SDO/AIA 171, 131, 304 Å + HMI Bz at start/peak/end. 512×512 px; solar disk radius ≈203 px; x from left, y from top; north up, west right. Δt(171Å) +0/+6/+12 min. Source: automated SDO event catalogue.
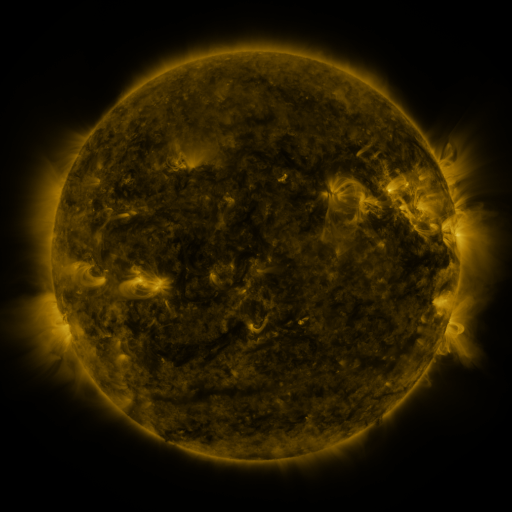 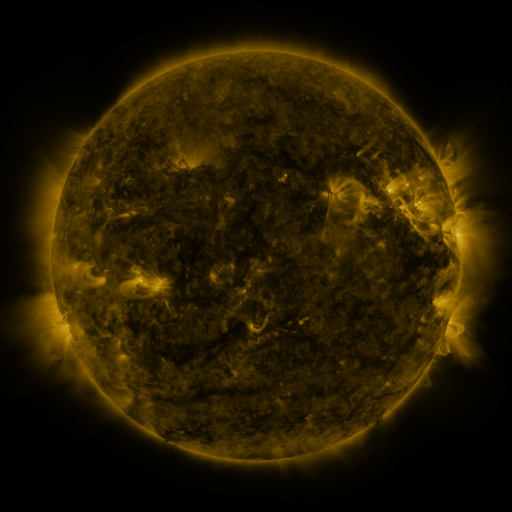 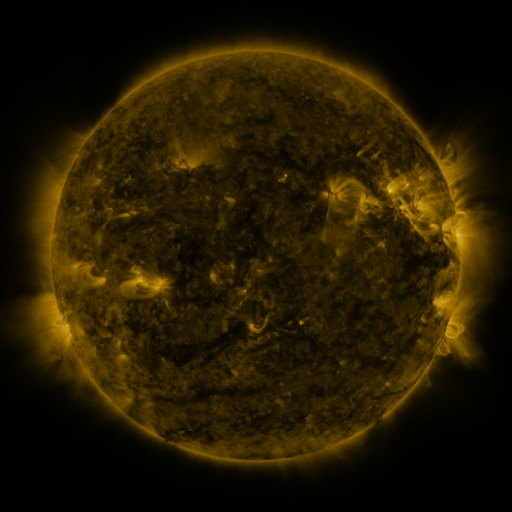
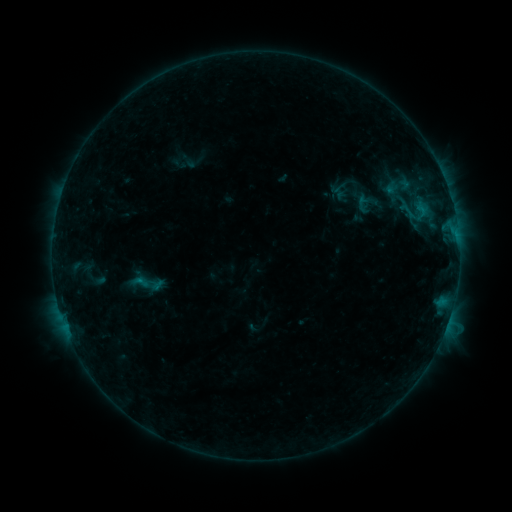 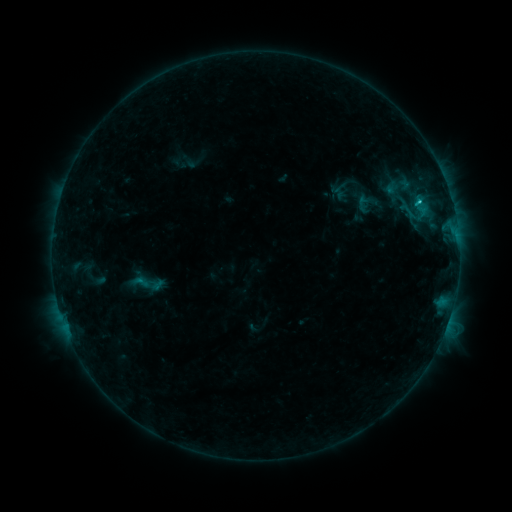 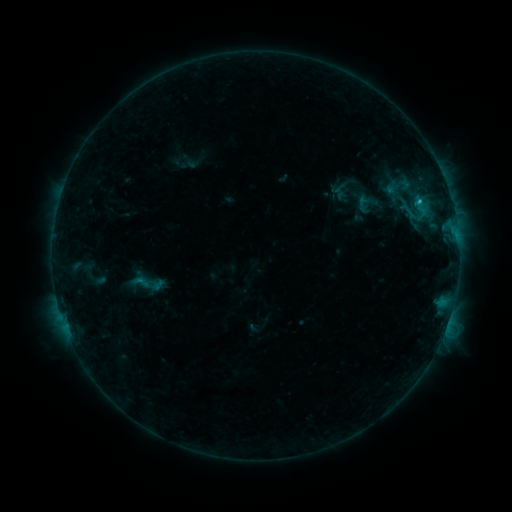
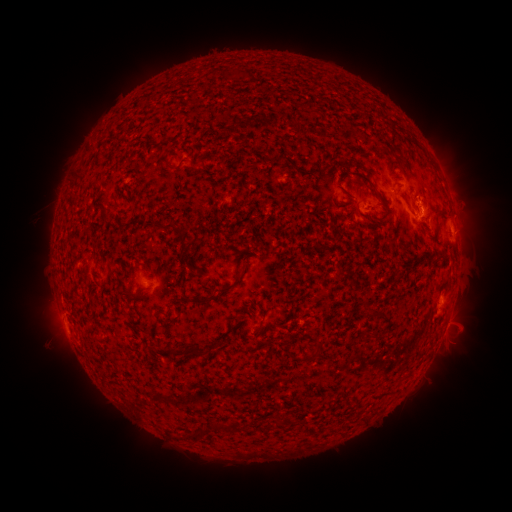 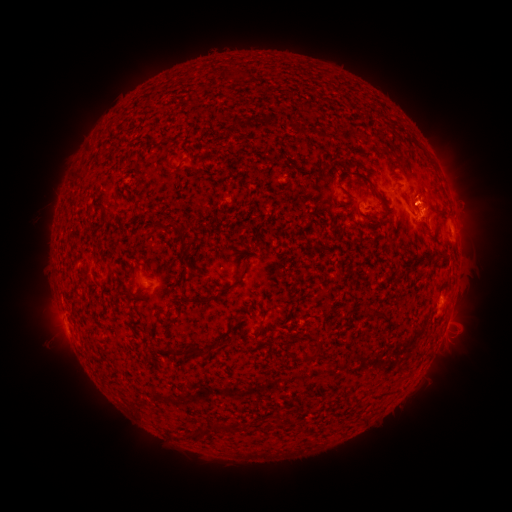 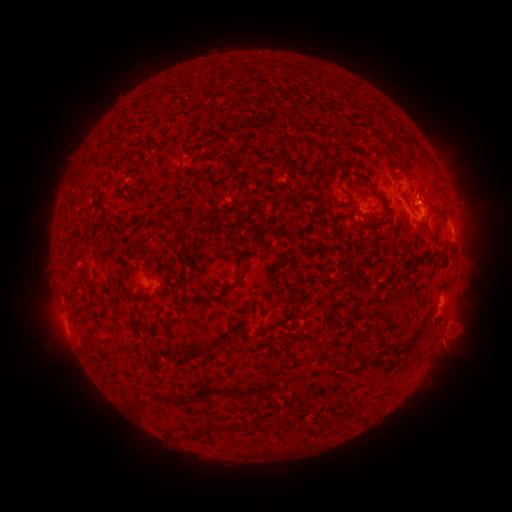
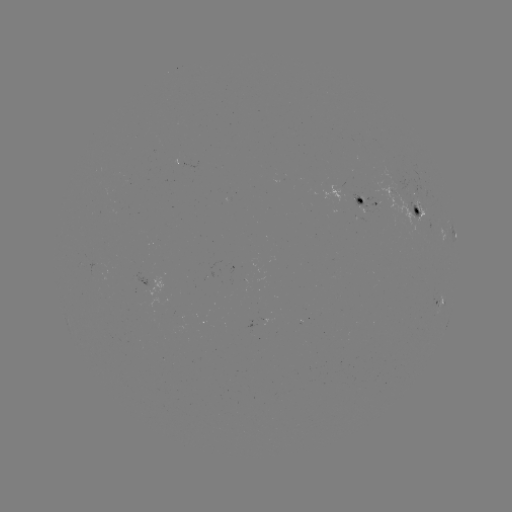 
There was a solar flare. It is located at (417, 203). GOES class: B9.7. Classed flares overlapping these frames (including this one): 1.